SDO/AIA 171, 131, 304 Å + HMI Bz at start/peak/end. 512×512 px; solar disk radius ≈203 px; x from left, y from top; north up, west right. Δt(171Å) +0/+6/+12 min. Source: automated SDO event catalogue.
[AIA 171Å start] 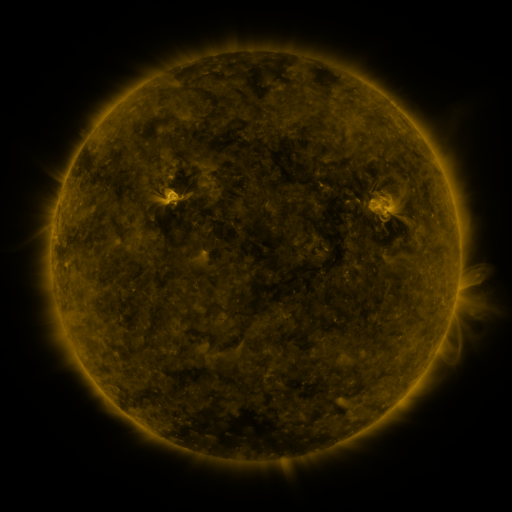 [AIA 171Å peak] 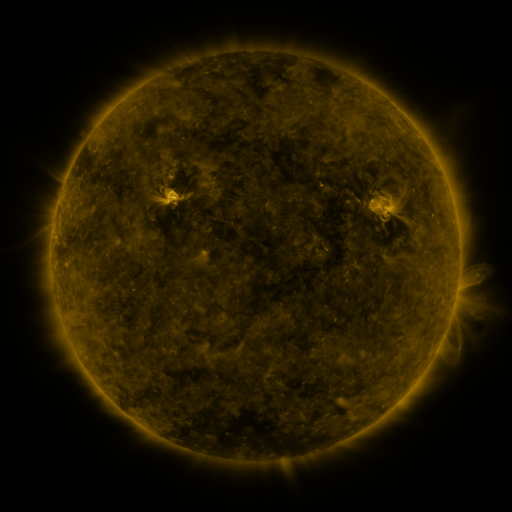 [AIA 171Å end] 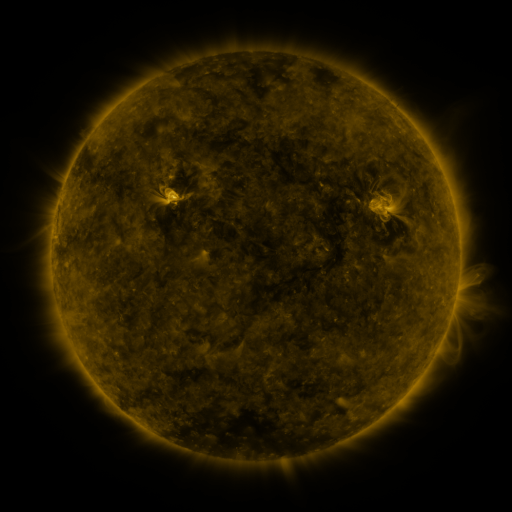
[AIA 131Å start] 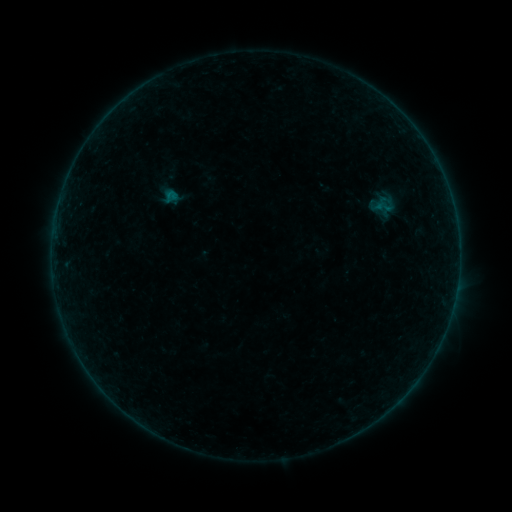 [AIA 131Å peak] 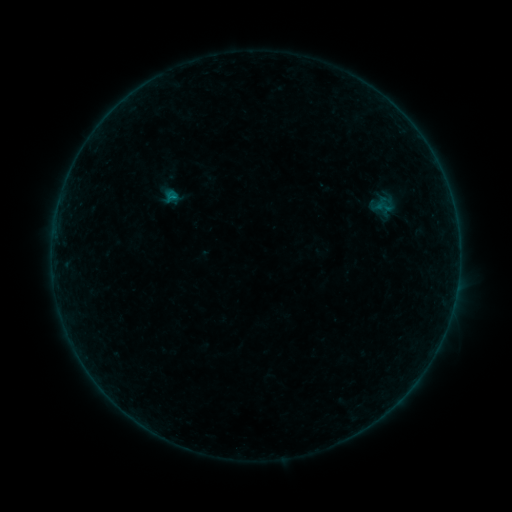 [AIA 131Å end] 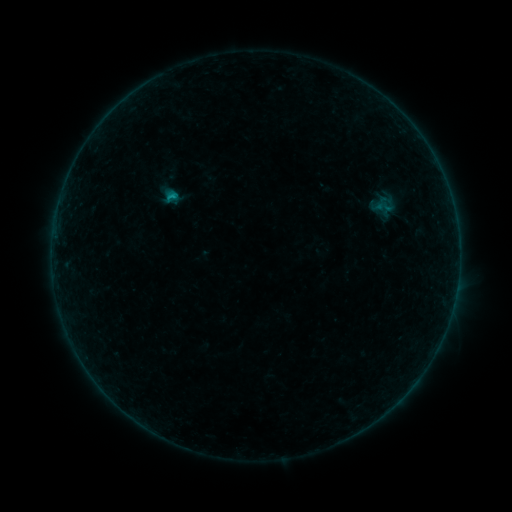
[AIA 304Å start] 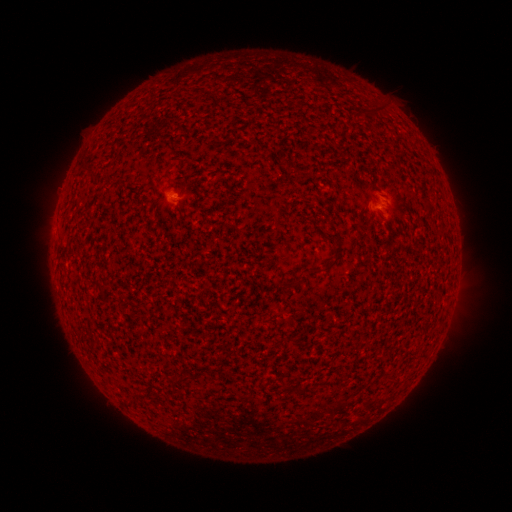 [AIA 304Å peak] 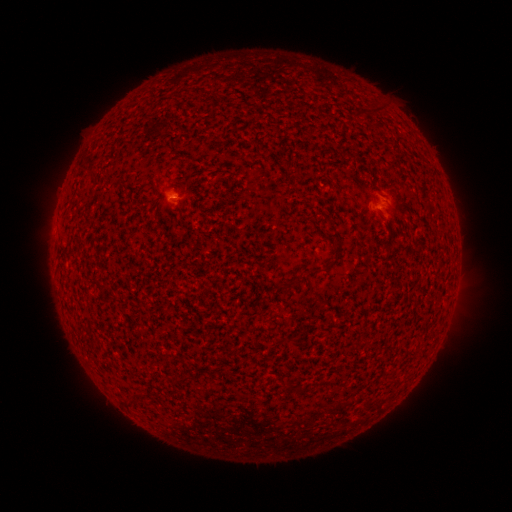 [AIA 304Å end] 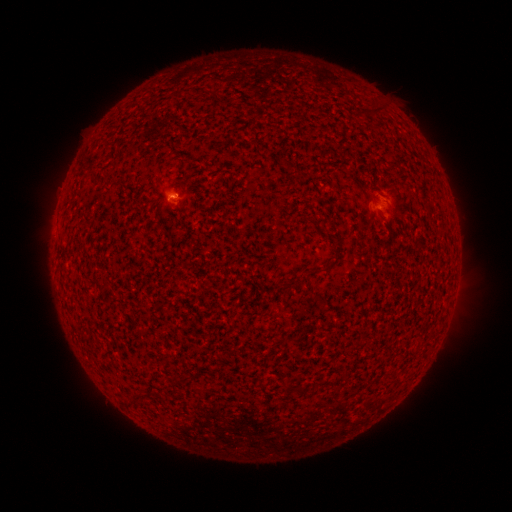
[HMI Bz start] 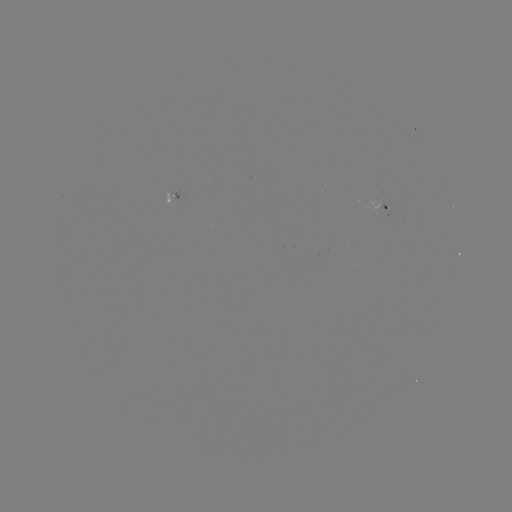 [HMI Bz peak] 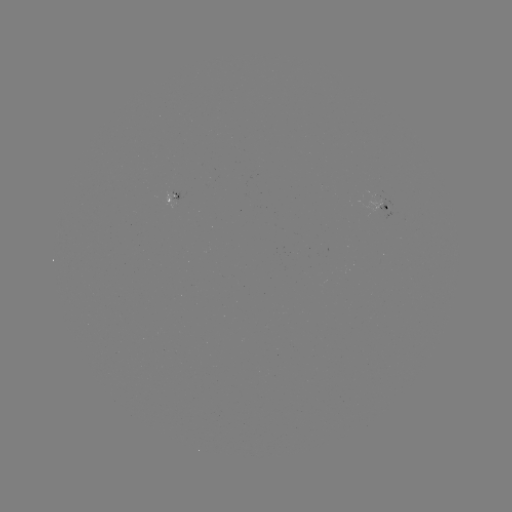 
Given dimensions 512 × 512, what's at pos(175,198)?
B3.1 flare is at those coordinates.